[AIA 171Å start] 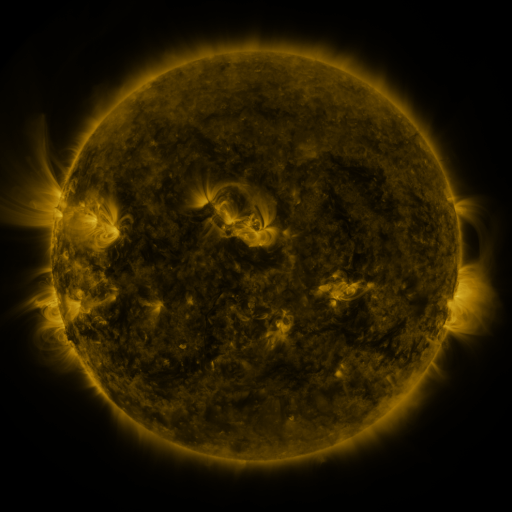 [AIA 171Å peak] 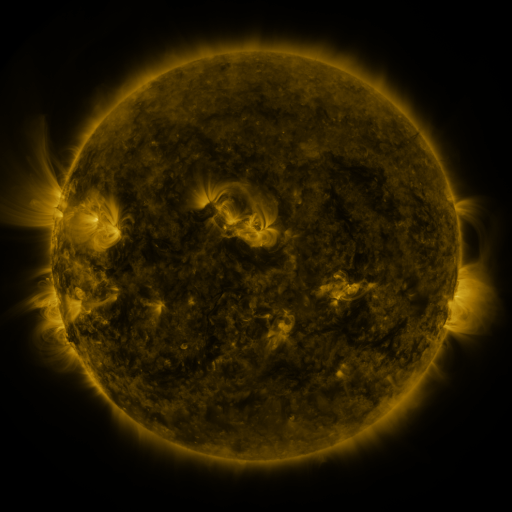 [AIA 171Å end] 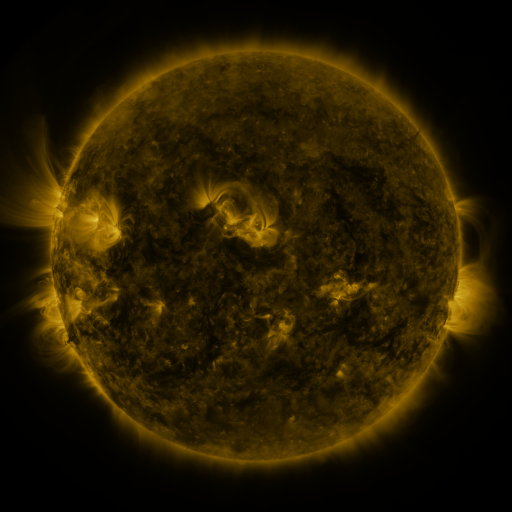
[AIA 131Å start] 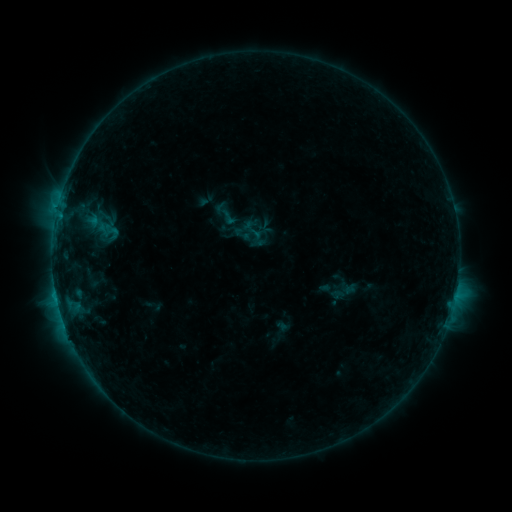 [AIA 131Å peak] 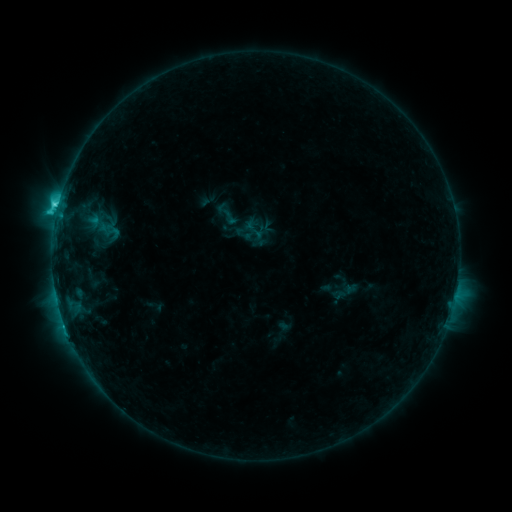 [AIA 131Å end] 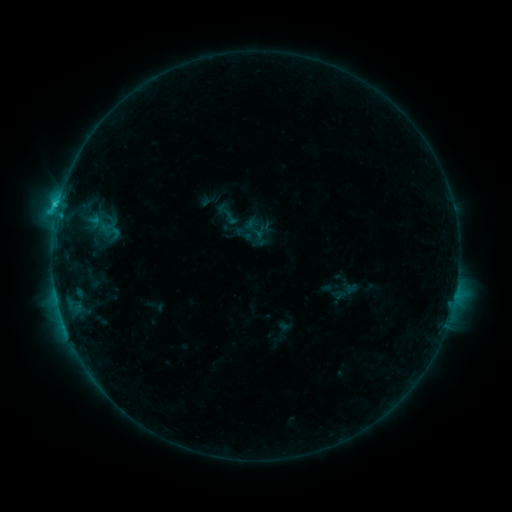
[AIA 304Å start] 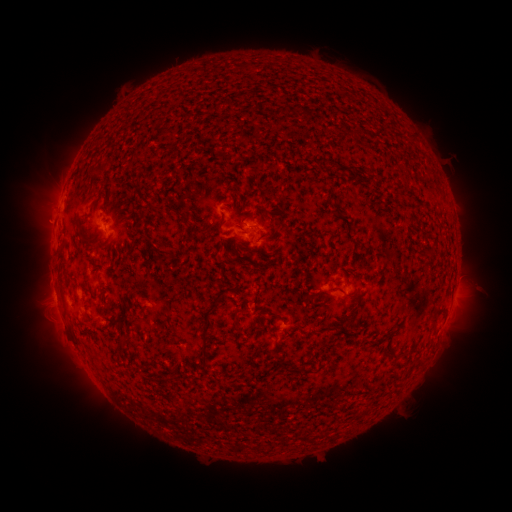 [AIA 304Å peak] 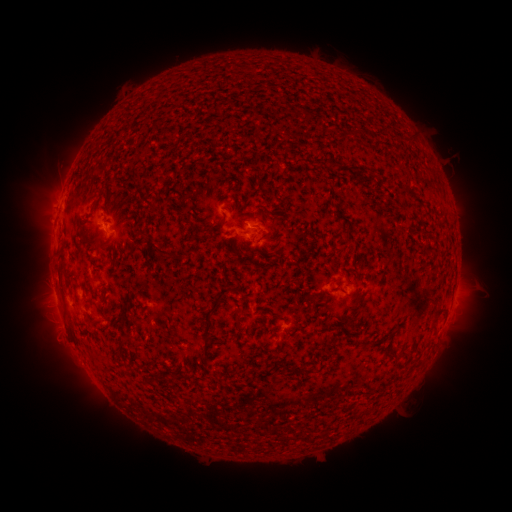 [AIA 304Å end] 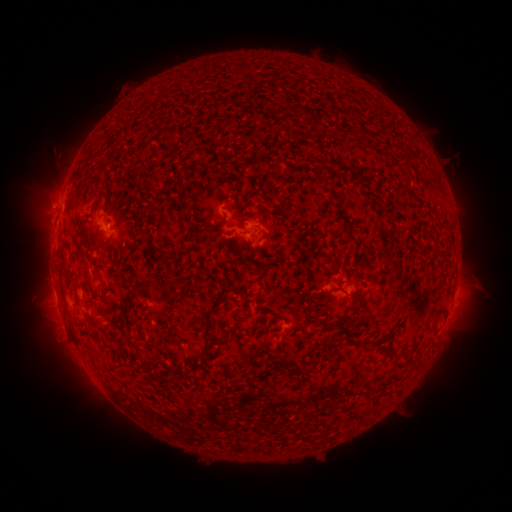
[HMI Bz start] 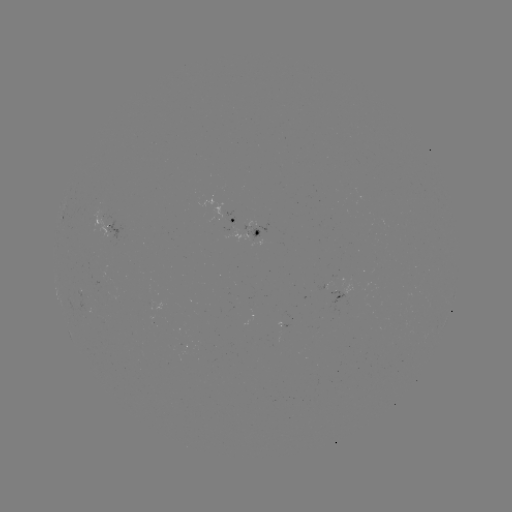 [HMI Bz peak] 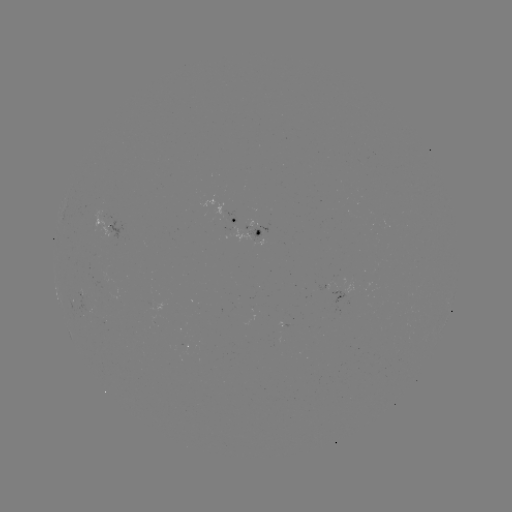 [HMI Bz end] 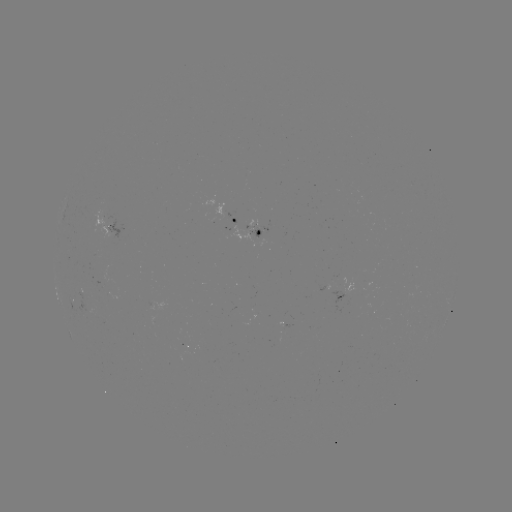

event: flare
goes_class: C3.4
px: (58, 207)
